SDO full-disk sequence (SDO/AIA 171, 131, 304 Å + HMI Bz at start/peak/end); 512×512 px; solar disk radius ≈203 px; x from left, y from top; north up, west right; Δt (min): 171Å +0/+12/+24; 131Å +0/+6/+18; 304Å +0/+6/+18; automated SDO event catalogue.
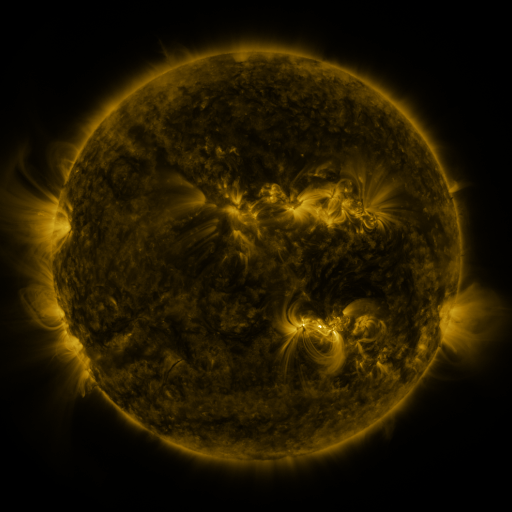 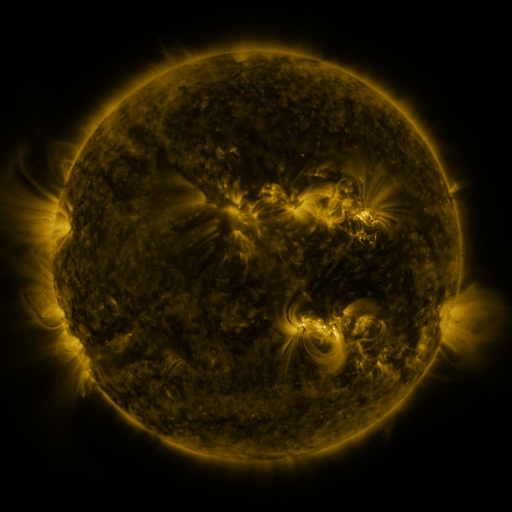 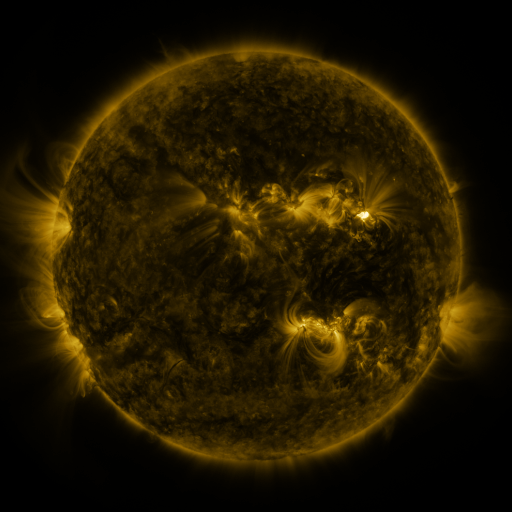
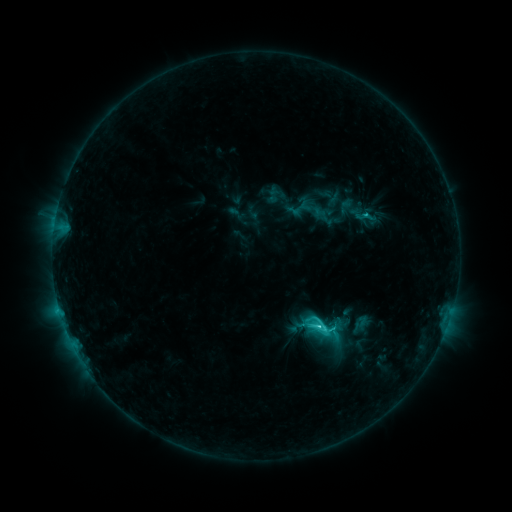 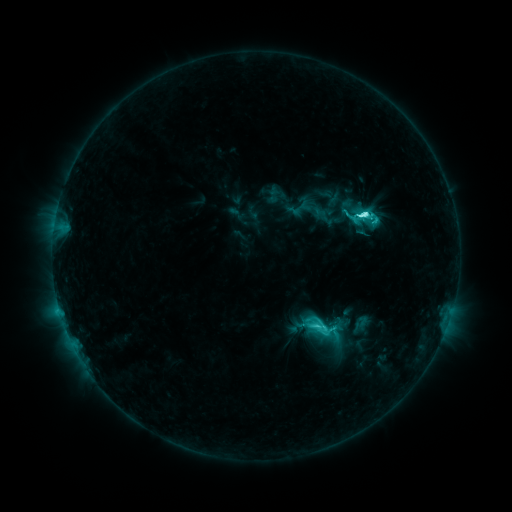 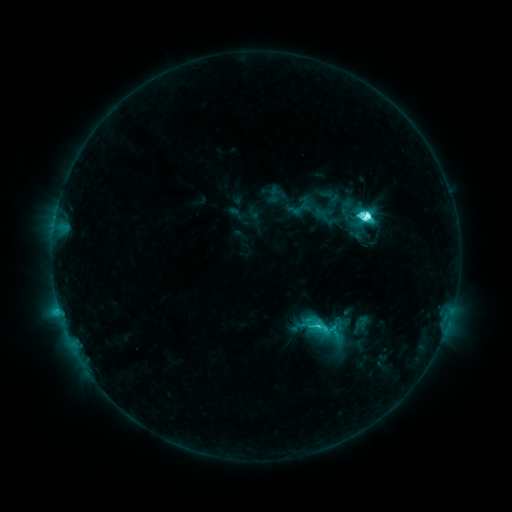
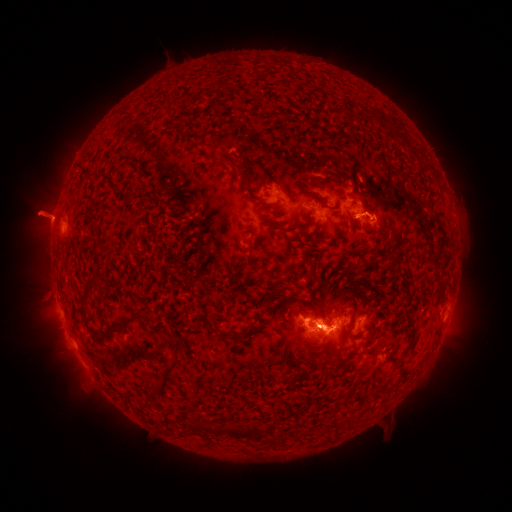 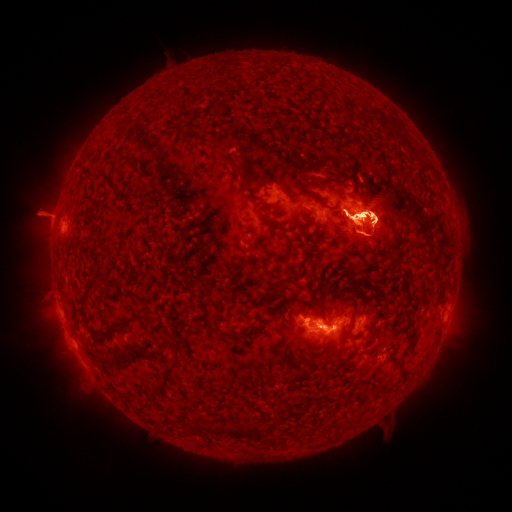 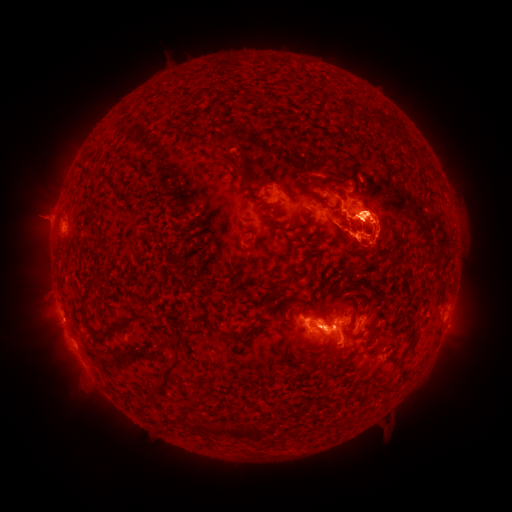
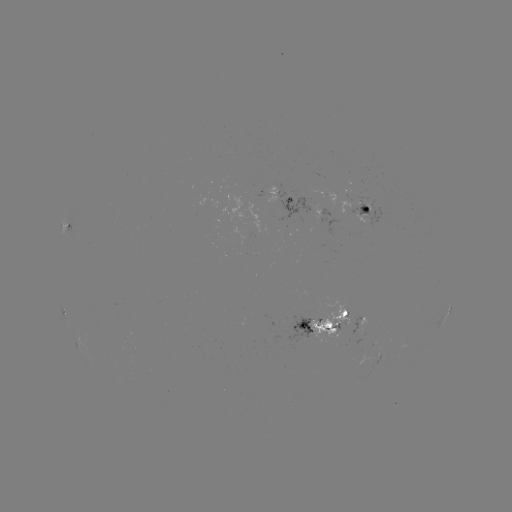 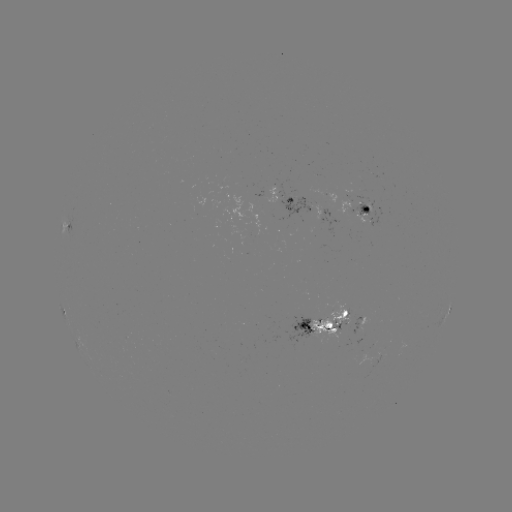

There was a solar flare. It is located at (363, 216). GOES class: M1.8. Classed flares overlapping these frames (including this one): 1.